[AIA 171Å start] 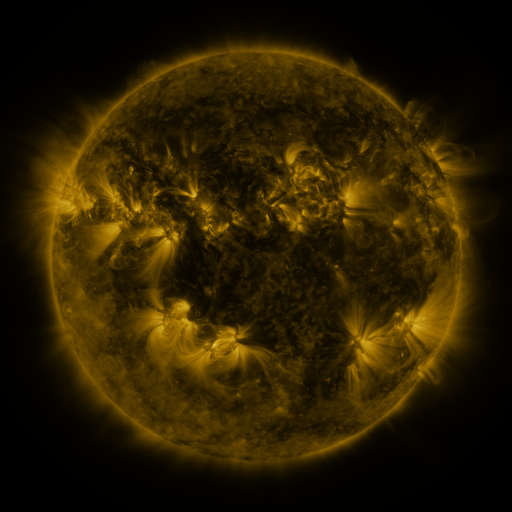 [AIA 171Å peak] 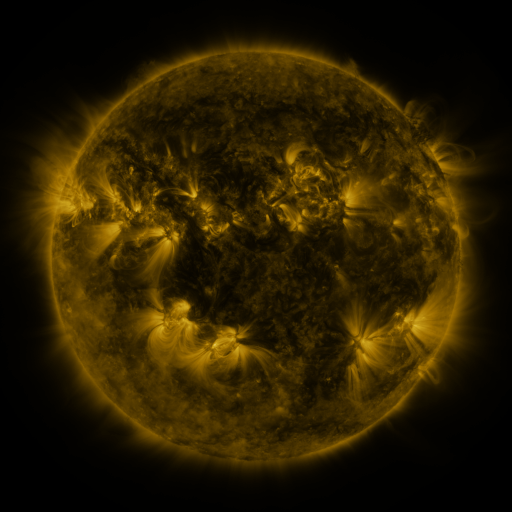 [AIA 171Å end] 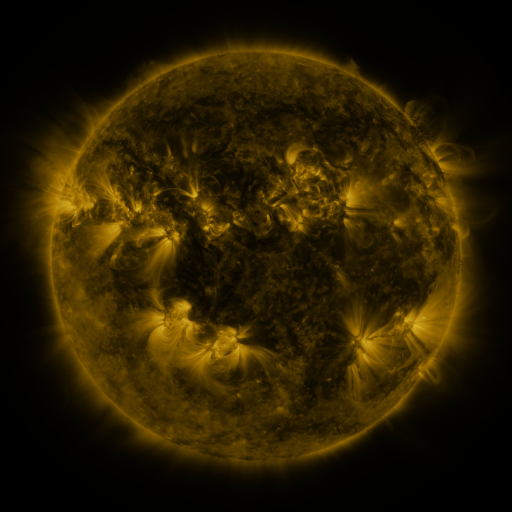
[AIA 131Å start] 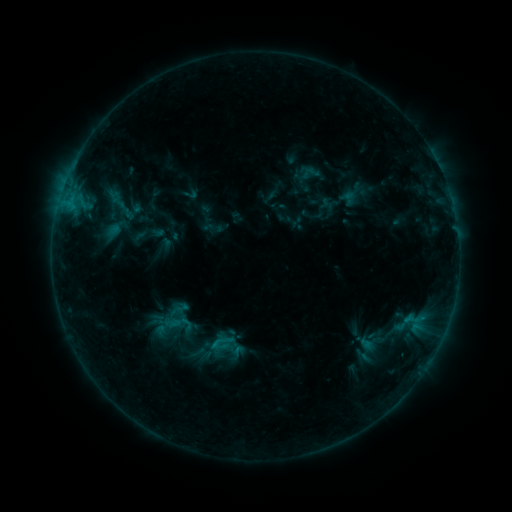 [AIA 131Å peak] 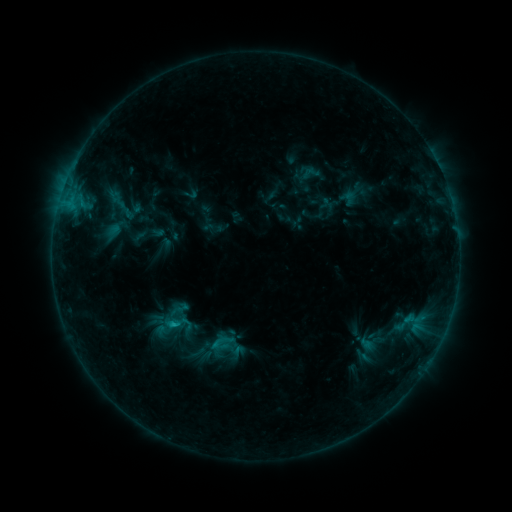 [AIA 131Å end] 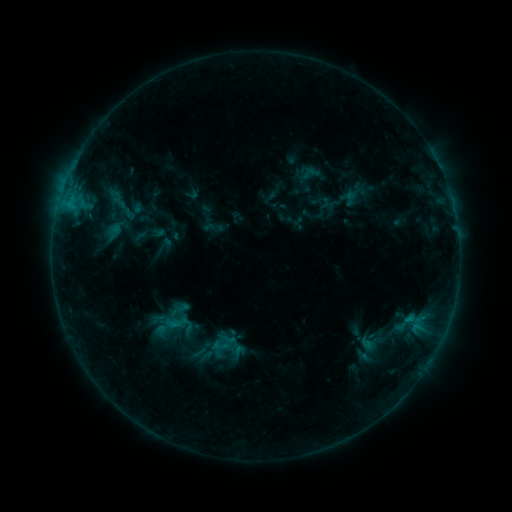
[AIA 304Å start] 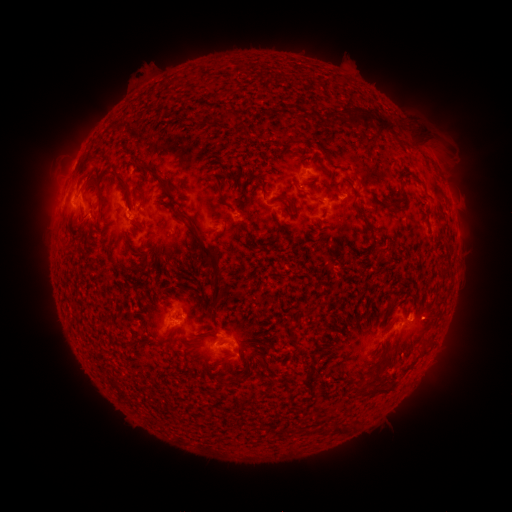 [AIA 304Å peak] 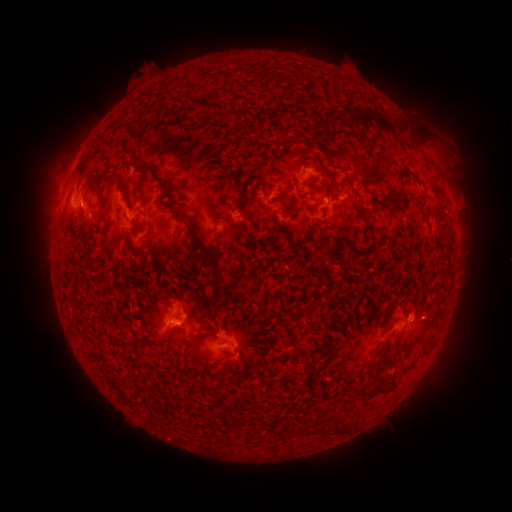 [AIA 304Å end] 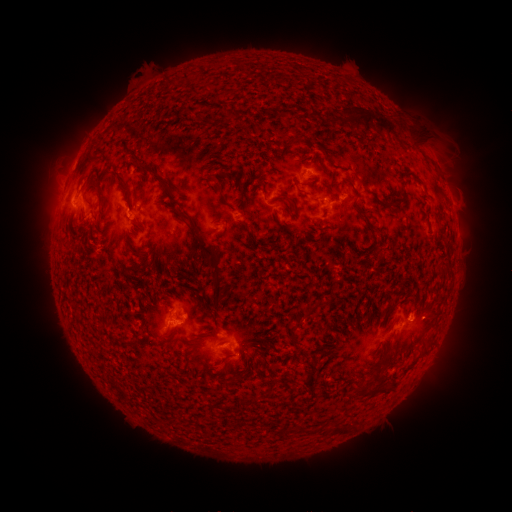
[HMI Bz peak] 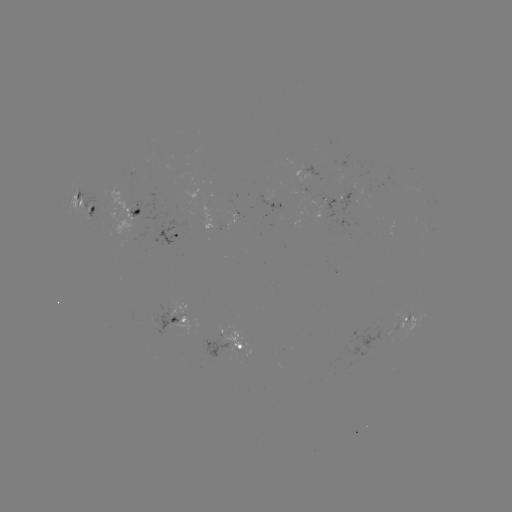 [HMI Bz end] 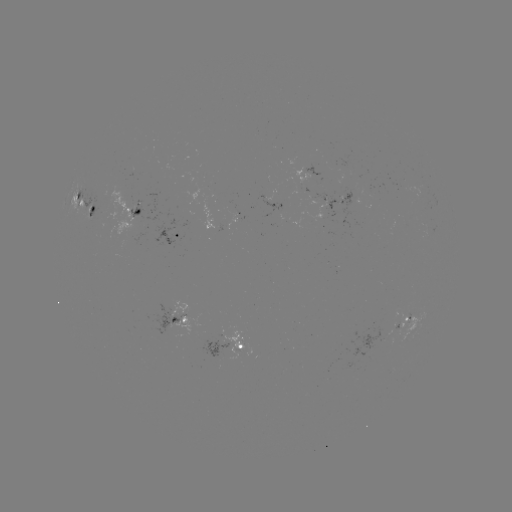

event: flare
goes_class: B7.5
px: (176, 322)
